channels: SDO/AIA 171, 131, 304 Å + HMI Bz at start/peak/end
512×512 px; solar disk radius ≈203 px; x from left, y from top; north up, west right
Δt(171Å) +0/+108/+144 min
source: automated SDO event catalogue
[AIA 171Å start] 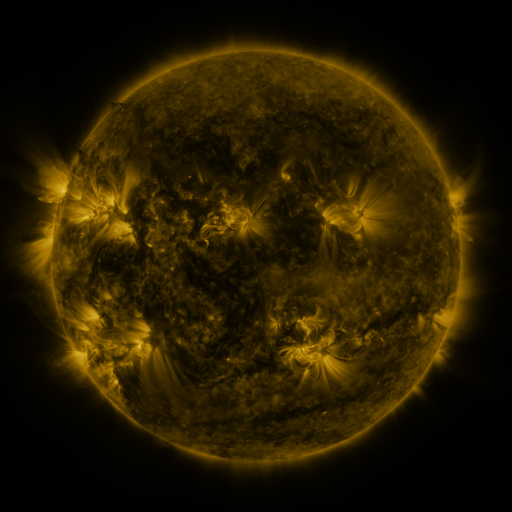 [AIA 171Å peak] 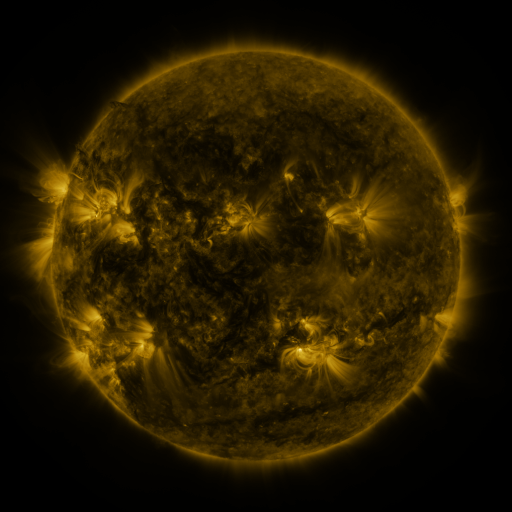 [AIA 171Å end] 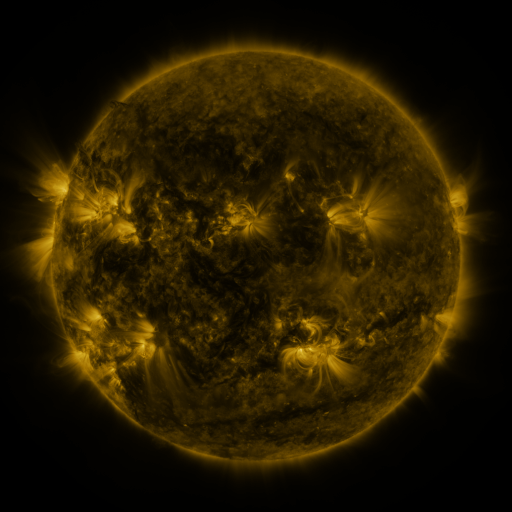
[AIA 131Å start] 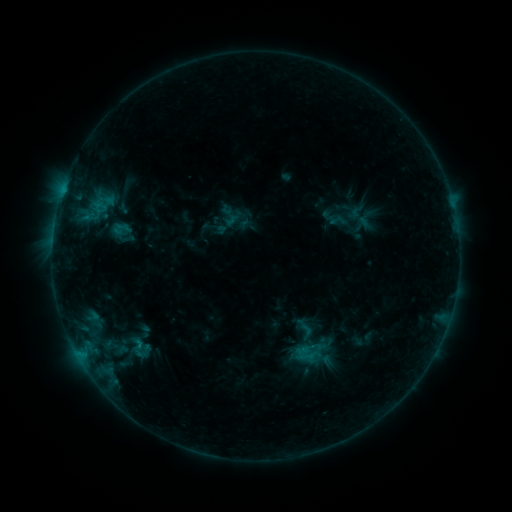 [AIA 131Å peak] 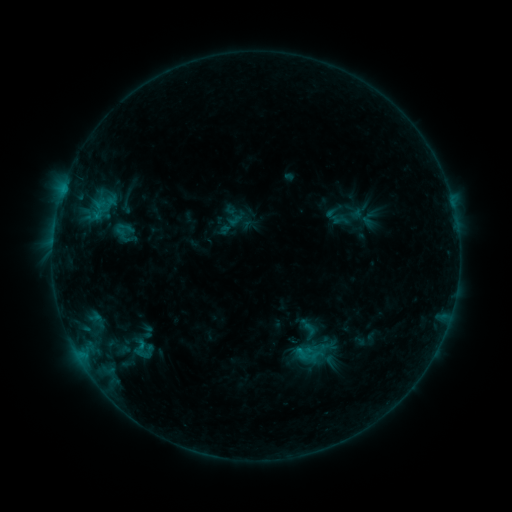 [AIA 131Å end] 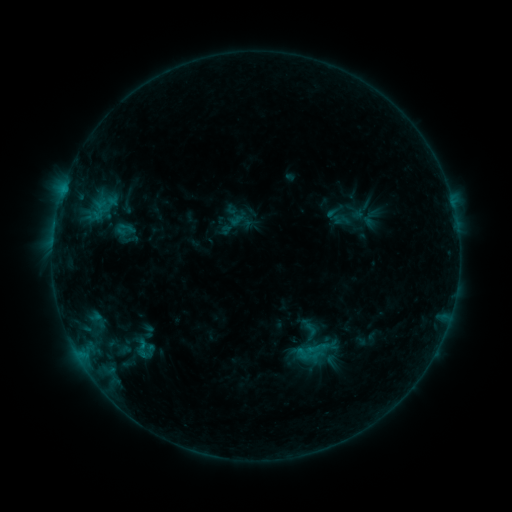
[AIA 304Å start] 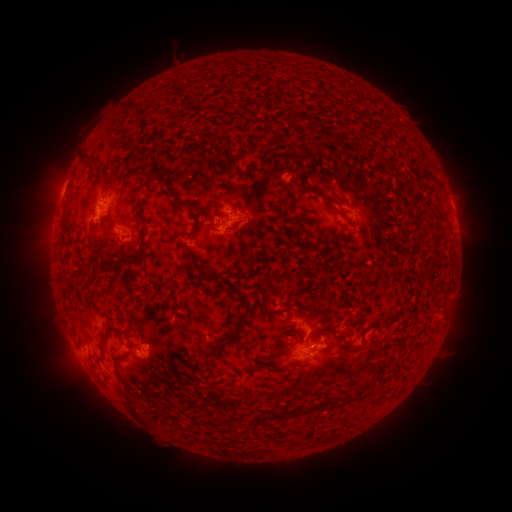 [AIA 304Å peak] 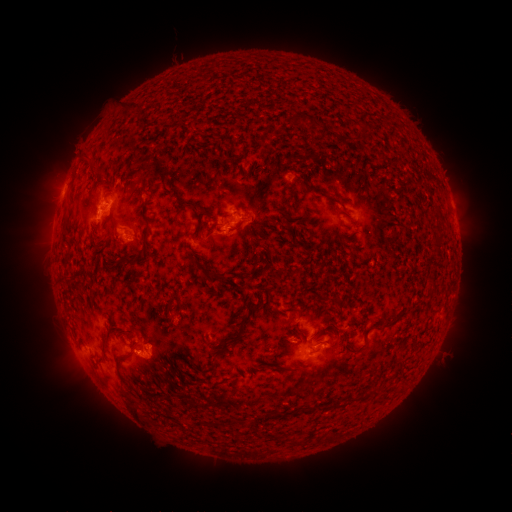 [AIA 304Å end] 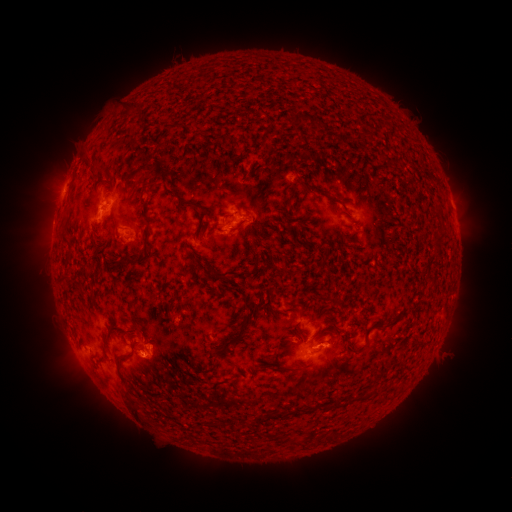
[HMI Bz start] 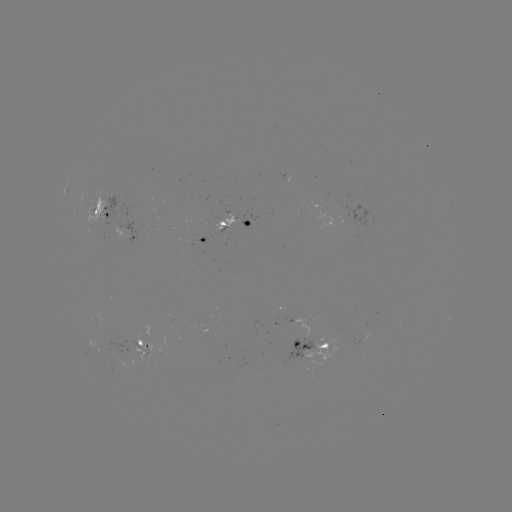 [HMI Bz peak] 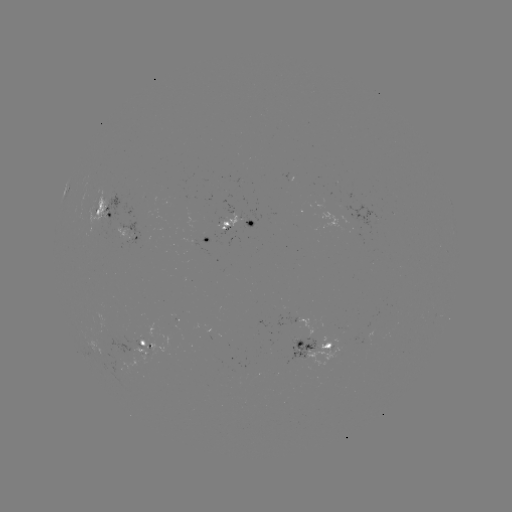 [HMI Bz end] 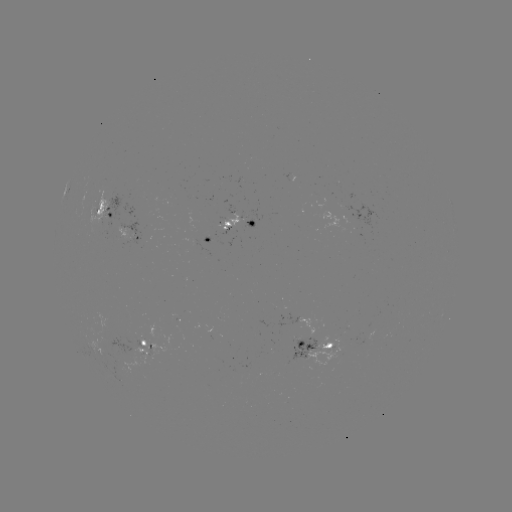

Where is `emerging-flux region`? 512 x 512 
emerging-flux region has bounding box [290, 338, 316, 359].